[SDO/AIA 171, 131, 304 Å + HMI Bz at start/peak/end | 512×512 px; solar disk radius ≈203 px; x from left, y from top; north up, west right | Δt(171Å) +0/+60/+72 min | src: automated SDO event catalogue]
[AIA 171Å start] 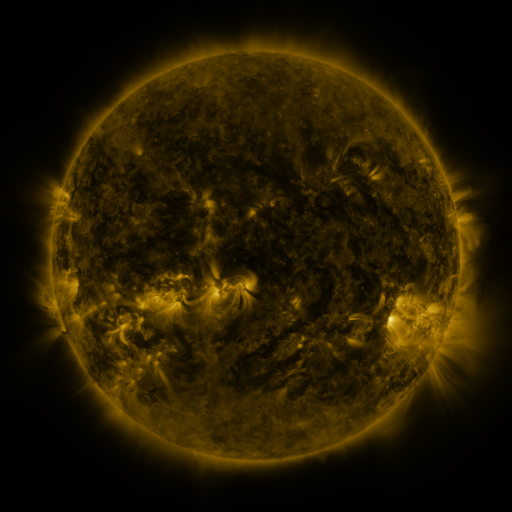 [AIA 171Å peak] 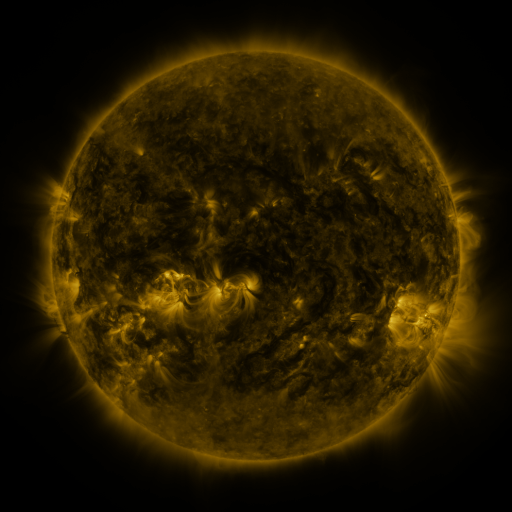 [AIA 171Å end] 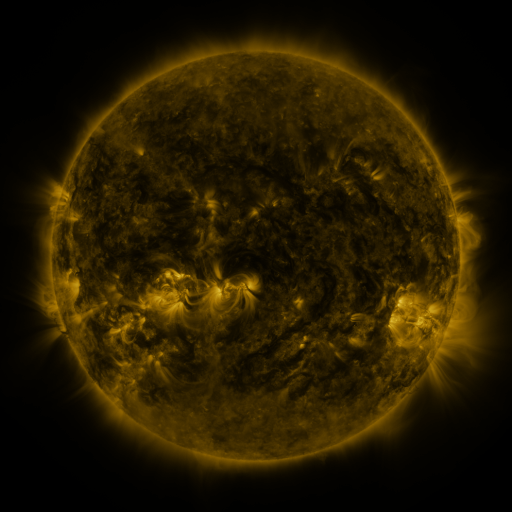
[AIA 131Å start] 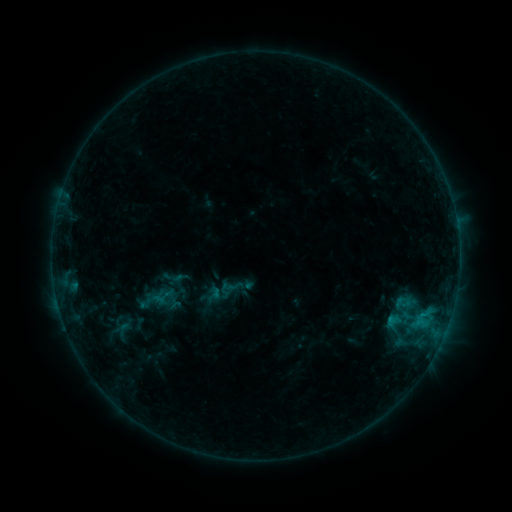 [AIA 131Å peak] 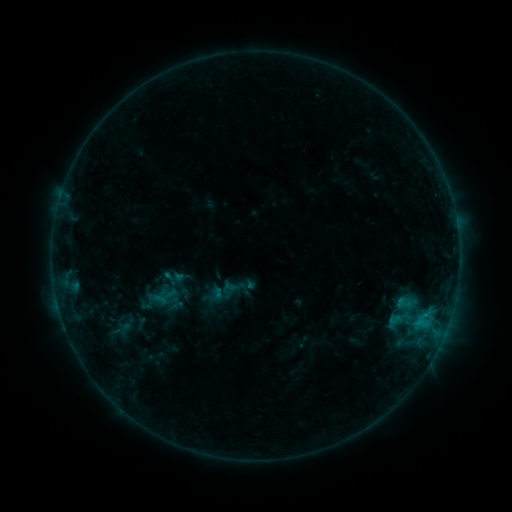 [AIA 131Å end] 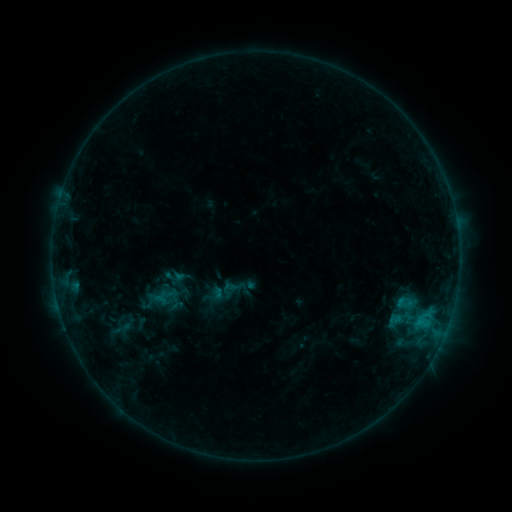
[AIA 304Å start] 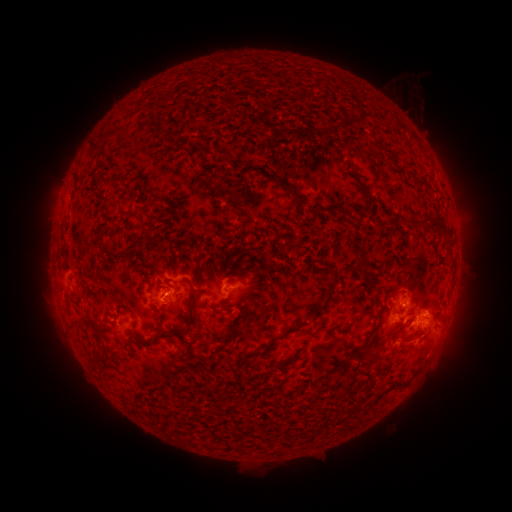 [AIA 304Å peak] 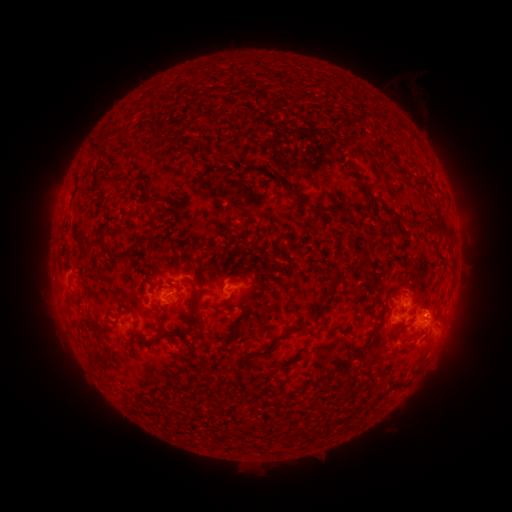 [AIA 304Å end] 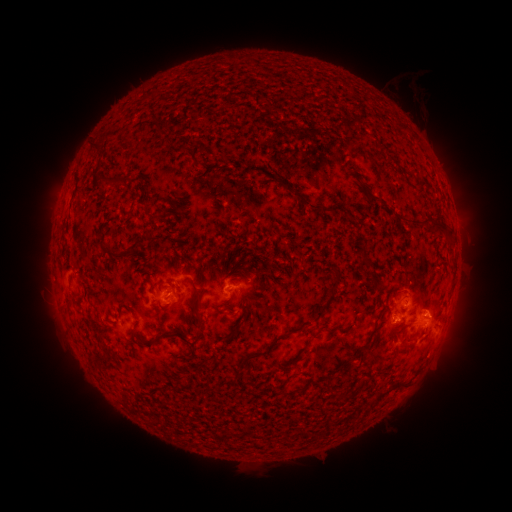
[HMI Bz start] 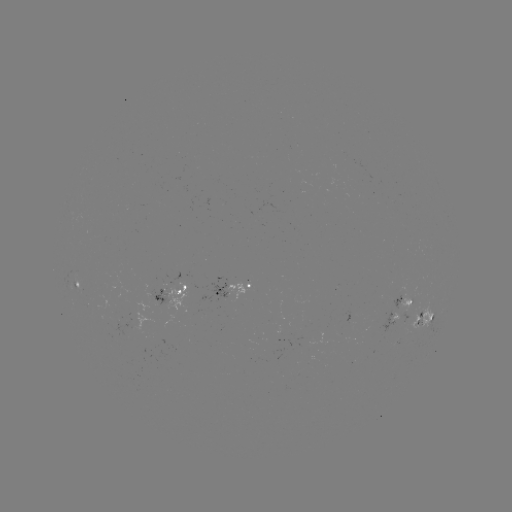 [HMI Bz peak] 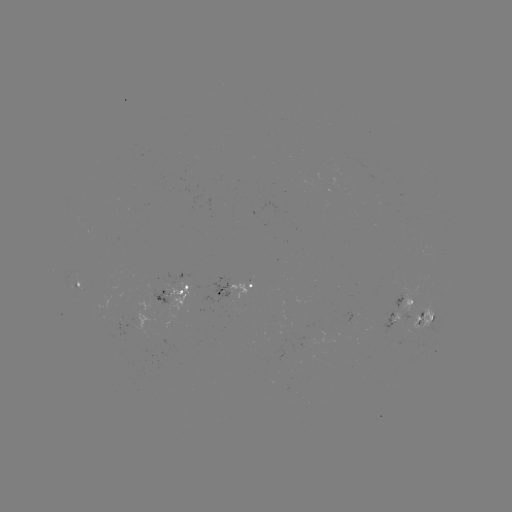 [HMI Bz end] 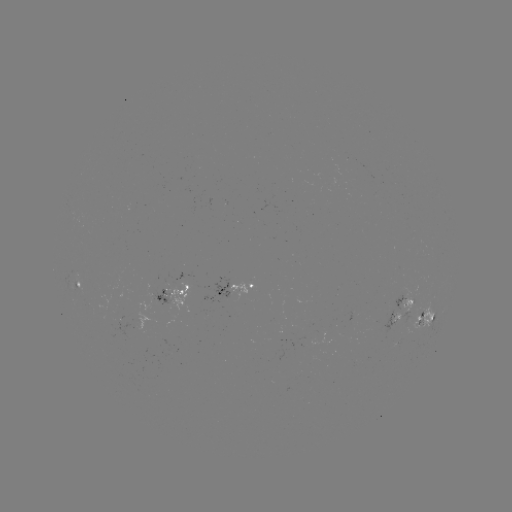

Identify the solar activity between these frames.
emerging-flux region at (392, 315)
